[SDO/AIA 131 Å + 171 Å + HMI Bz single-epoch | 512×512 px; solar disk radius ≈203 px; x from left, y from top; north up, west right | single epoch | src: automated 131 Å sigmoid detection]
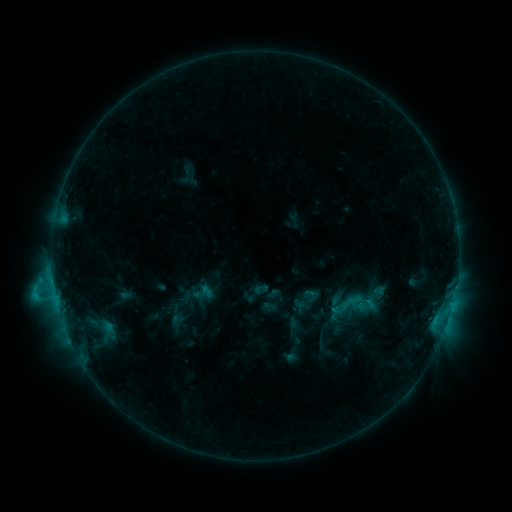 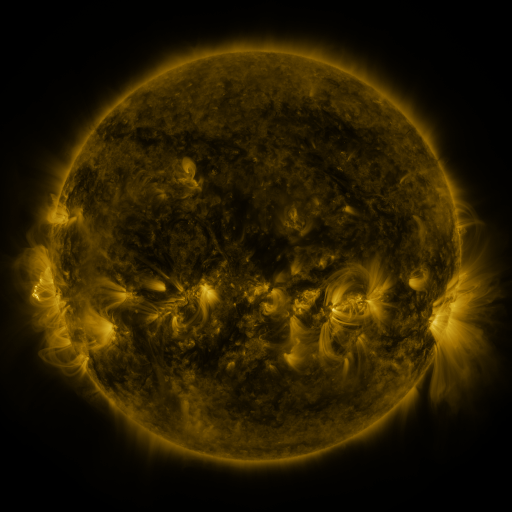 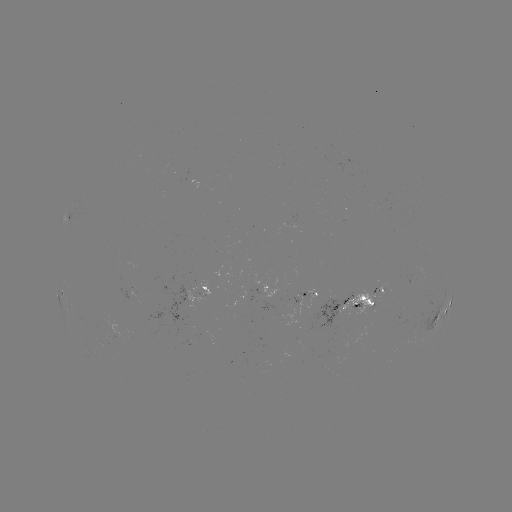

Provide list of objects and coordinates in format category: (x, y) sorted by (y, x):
sigmoid: (354, 304)
sigmoid: (180, 319)
